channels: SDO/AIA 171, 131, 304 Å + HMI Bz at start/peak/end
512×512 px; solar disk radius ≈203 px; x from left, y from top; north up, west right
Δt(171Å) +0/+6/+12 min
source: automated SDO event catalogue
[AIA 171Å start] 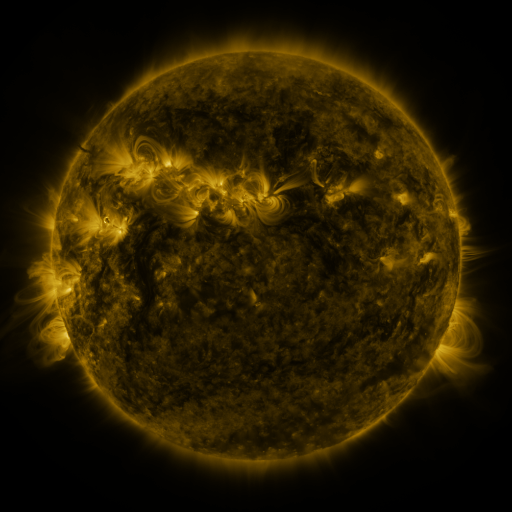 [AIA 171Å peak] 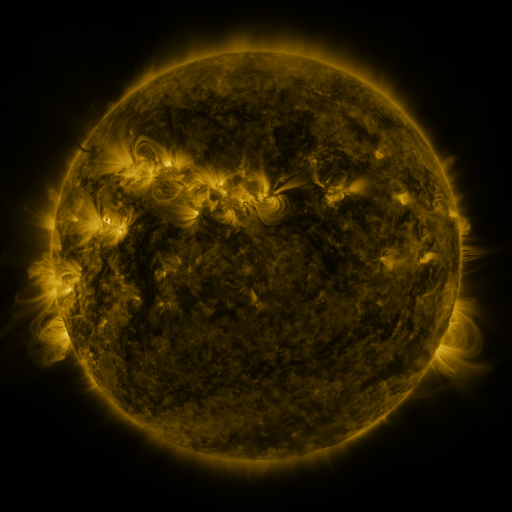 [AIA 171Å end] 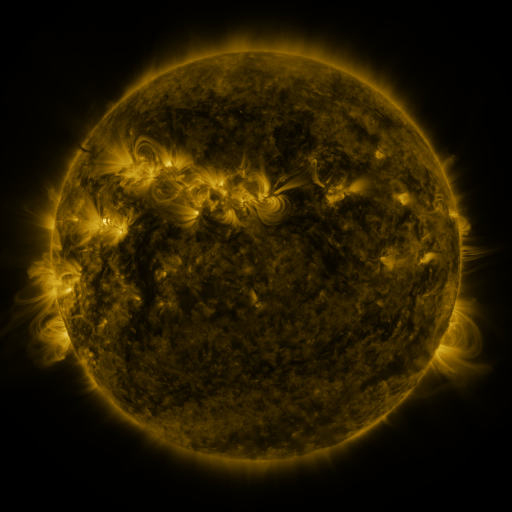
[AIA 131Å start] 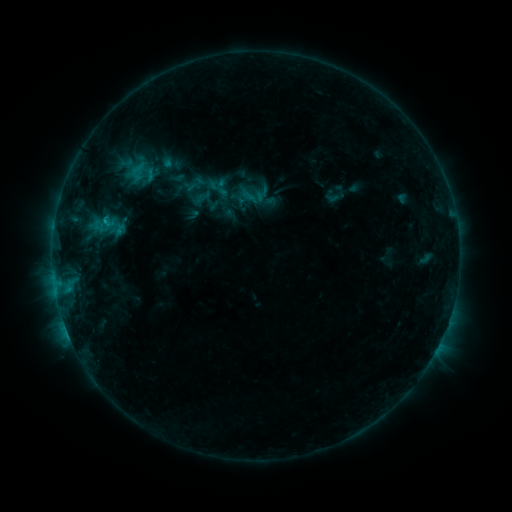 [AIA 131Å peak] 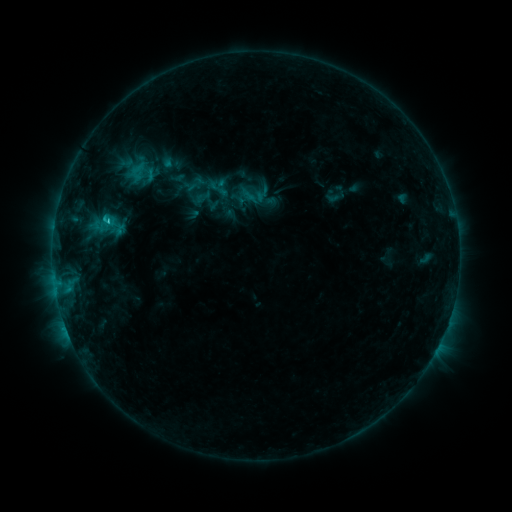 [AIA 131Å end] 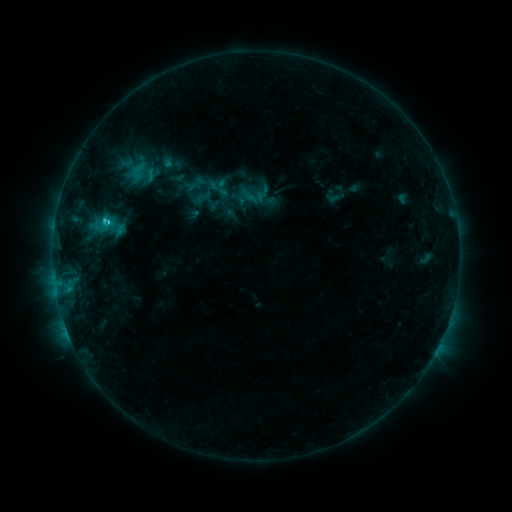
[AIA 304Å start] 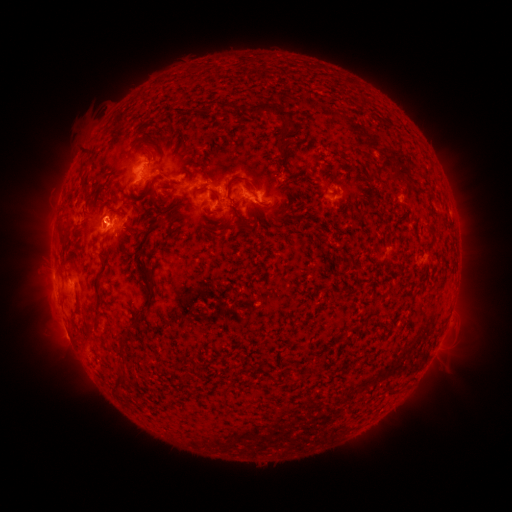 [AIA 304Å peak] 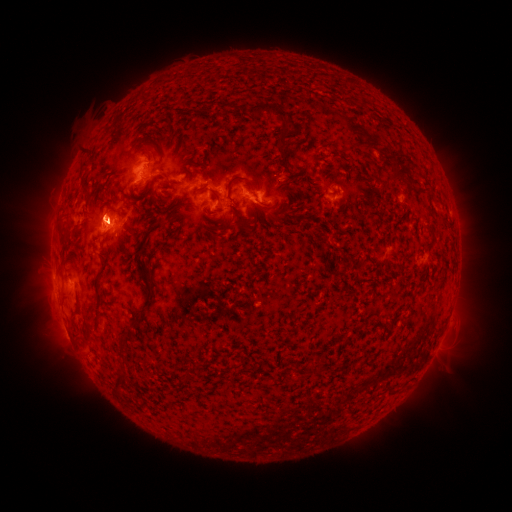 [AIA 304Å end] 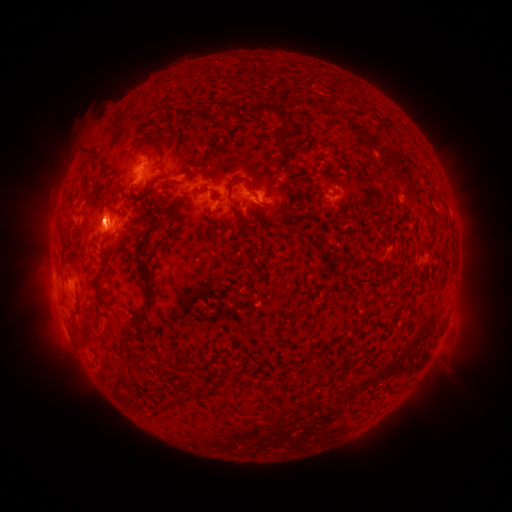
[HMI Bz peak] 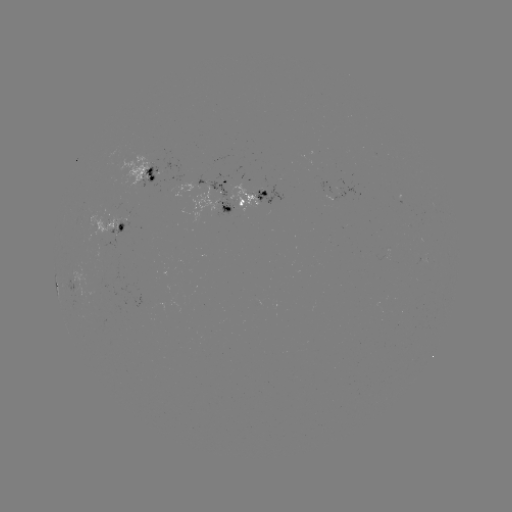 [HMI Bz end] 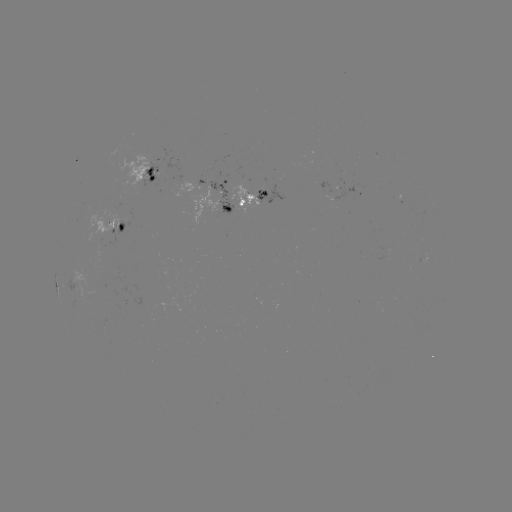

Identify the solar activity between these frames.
eruption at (102, 217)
